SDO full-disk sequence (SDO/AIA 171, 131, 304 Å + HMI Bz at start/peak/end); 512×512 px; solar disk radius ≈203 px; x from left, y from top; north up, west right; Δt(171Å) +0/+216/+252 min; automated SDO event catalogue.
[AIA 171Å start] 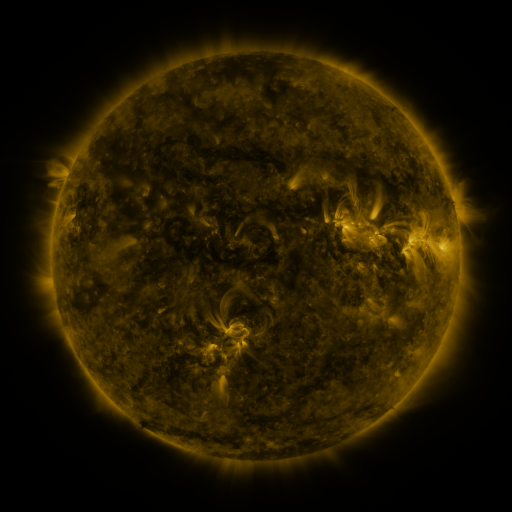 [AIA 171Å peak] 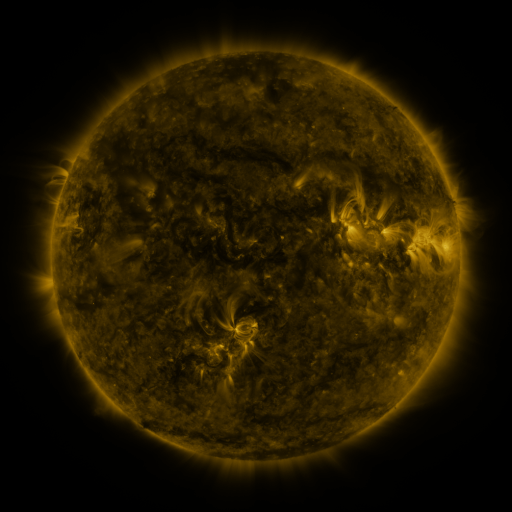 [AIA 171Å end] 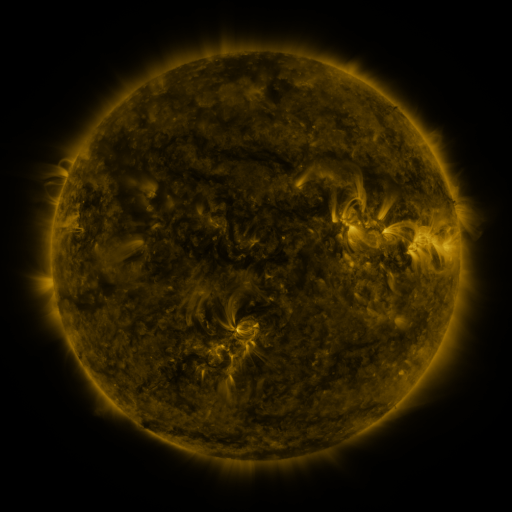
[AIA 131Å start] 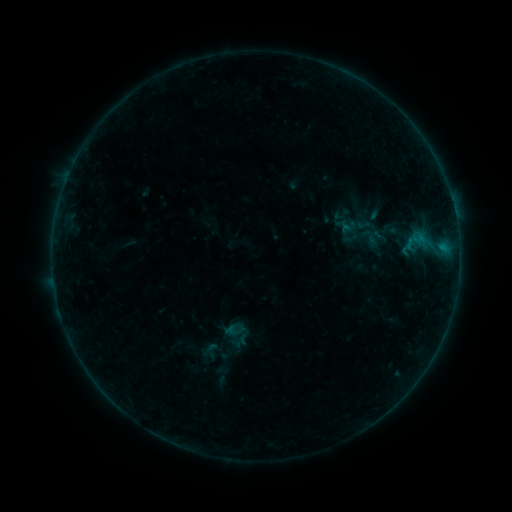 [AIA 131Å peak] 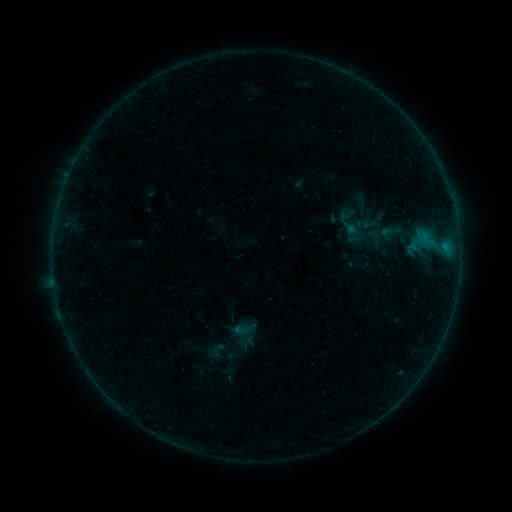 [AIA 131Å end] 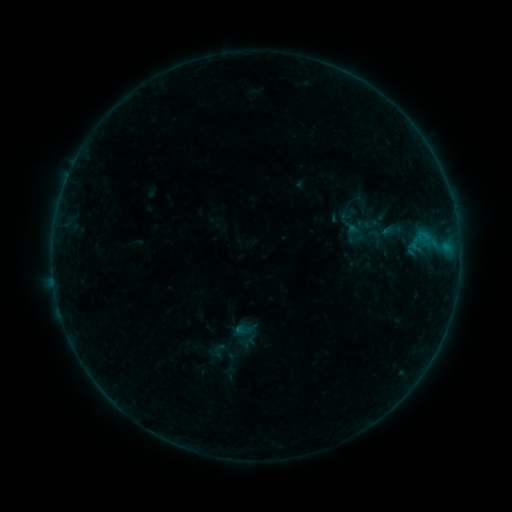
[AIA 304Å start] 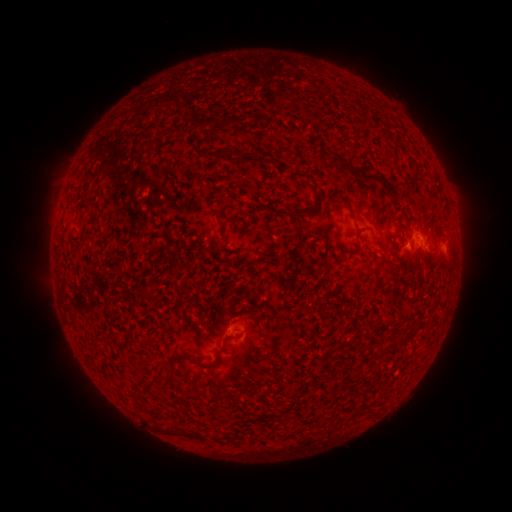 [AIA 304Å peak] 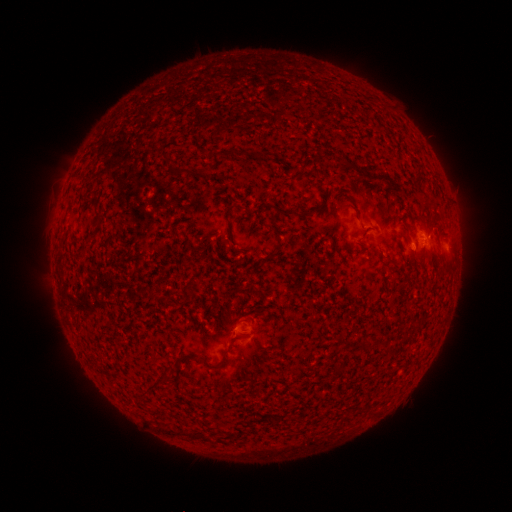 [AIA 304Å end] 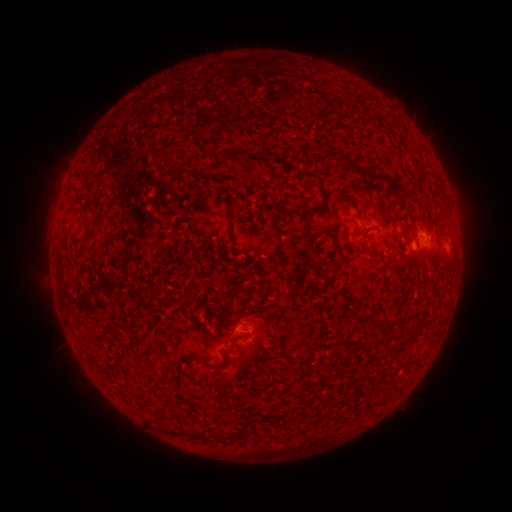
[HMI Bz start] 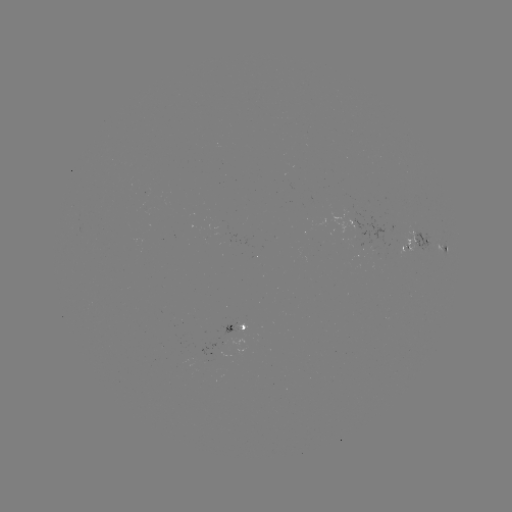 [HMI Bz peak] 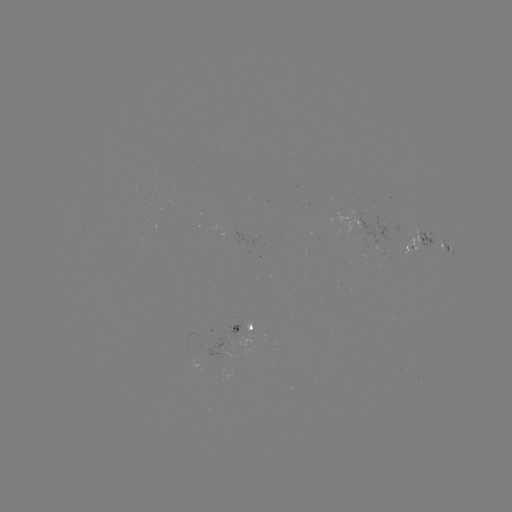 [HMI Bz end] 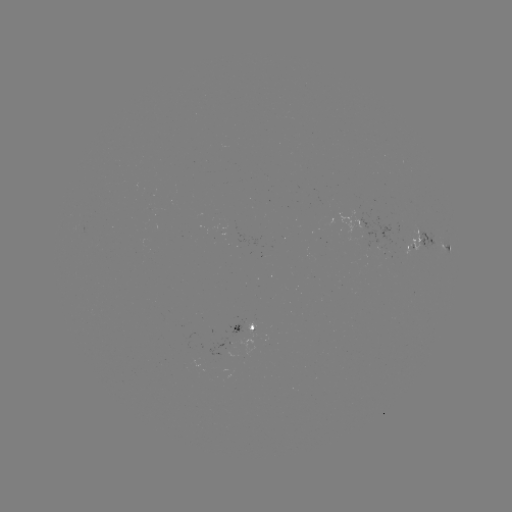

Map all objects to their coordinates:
emerging-flux region: (247, 329)
